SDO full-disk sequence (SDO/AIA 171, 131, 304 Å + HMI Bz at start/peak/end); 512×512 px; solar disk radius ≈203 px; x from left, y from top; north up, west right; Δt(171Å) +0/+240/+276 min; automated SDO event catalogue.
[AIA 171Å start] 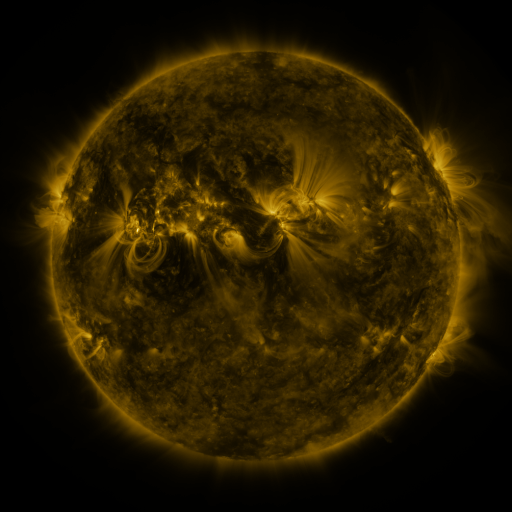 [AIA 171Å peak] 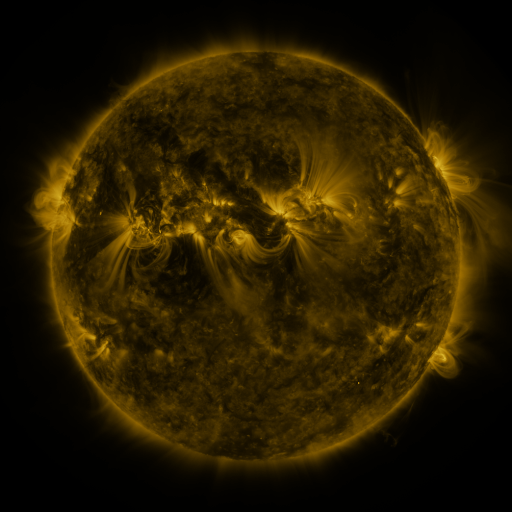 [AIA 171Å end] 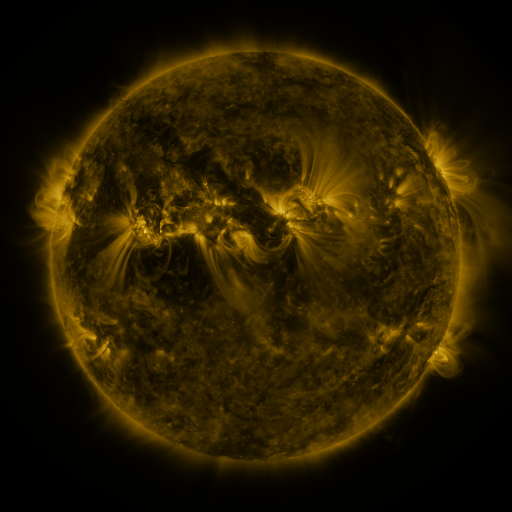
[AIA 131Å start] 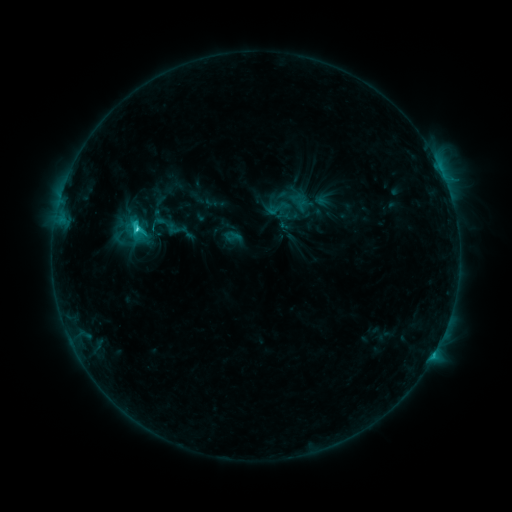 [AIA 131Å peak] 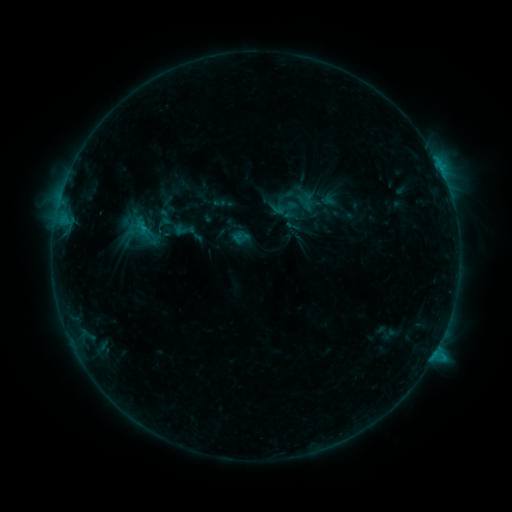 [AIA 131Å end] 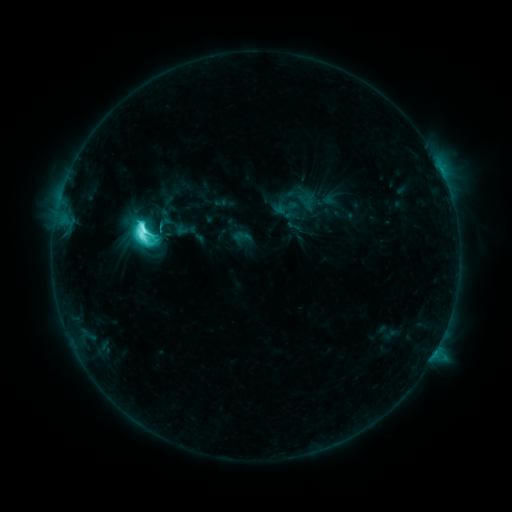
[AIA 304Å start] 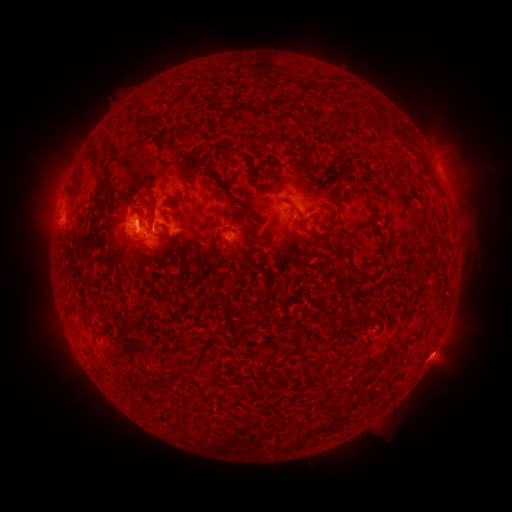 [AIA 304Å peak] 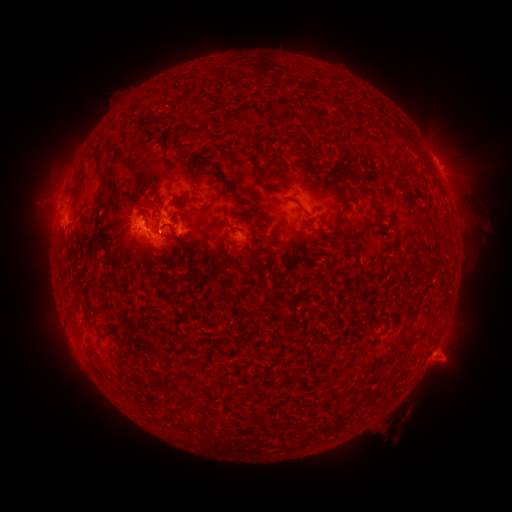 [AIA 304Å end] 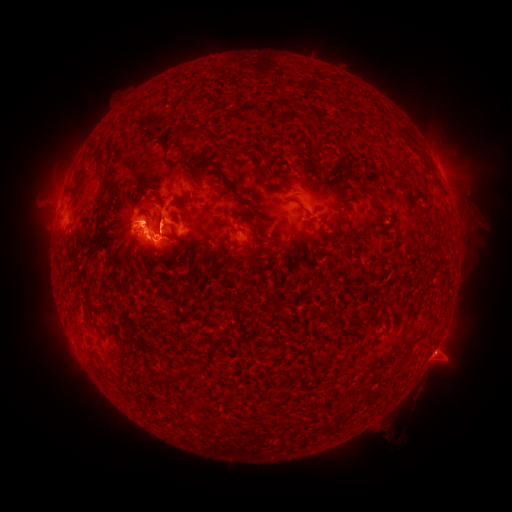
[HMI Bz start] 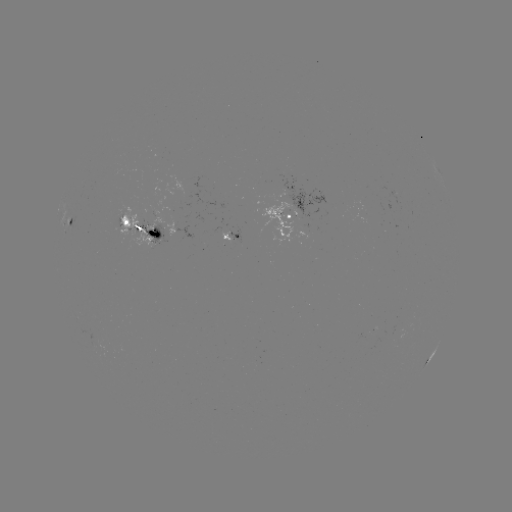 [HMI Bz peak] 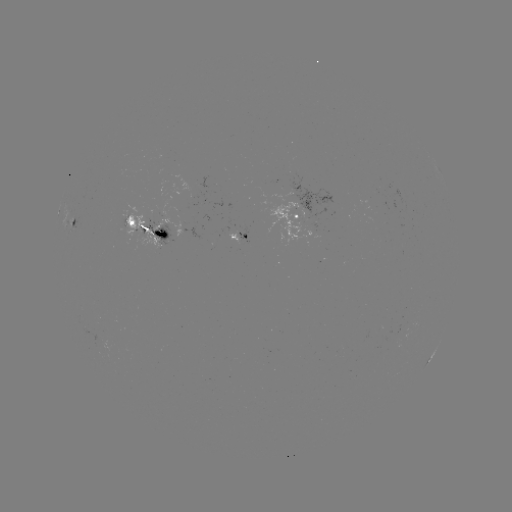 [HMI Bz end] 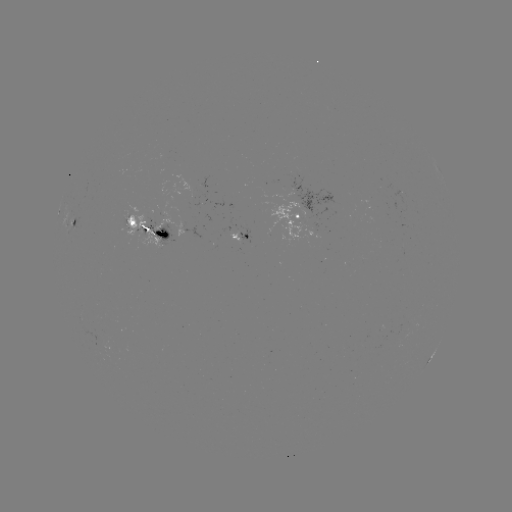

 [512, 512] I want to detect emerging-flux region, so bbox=[228, 227, 241, 243].